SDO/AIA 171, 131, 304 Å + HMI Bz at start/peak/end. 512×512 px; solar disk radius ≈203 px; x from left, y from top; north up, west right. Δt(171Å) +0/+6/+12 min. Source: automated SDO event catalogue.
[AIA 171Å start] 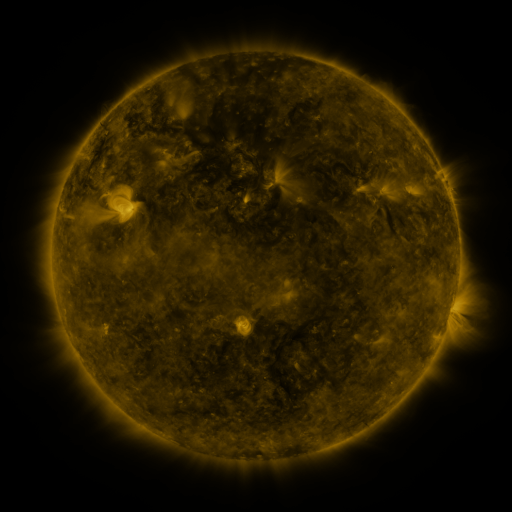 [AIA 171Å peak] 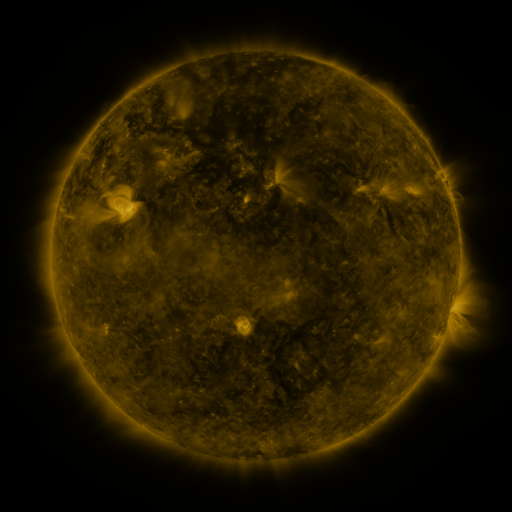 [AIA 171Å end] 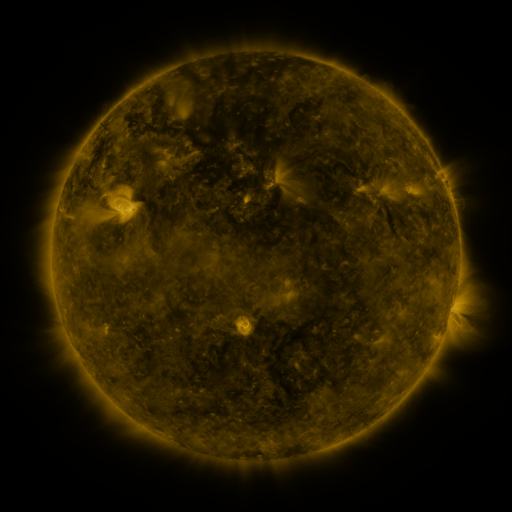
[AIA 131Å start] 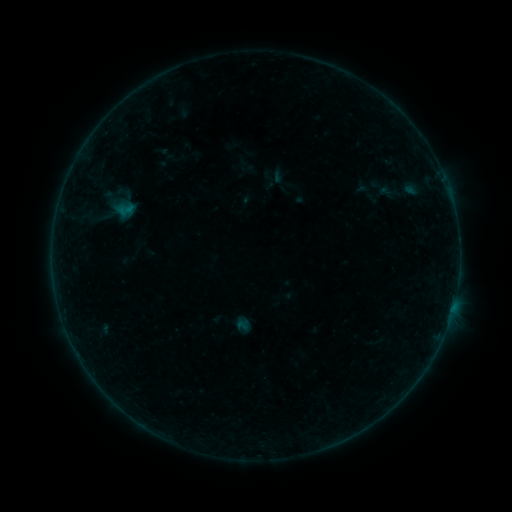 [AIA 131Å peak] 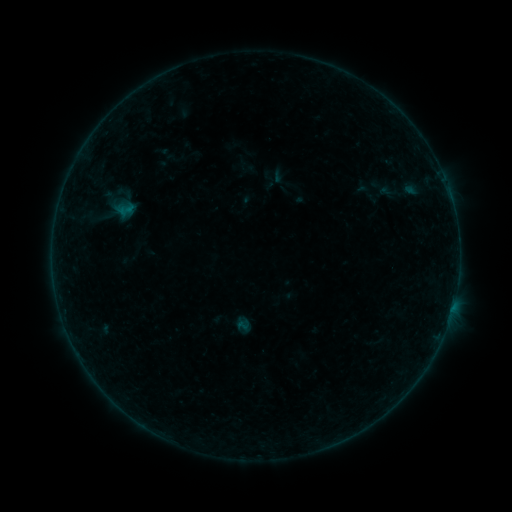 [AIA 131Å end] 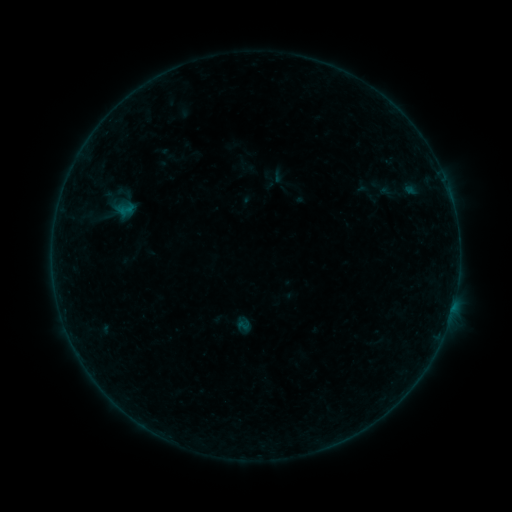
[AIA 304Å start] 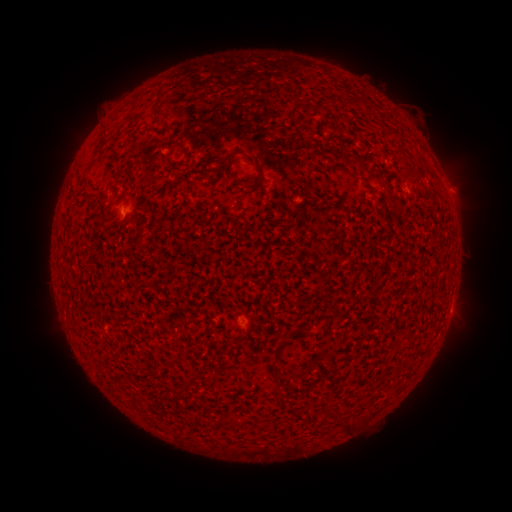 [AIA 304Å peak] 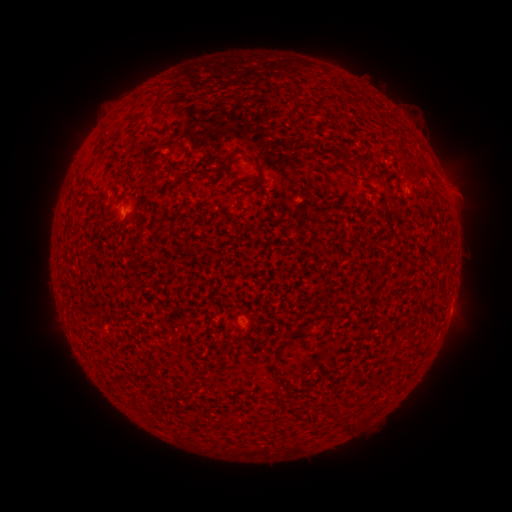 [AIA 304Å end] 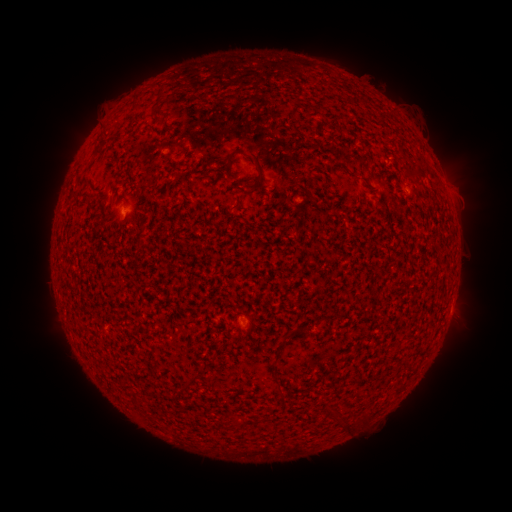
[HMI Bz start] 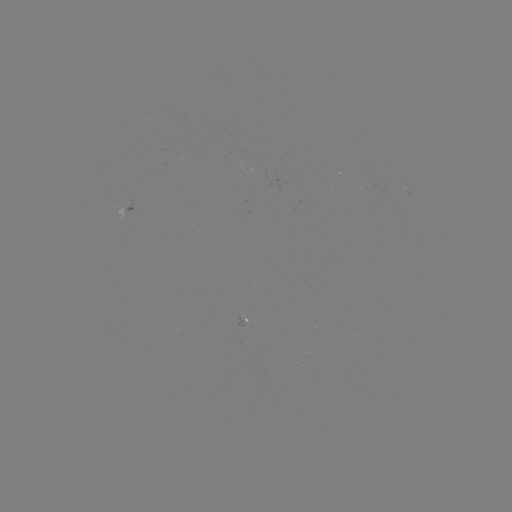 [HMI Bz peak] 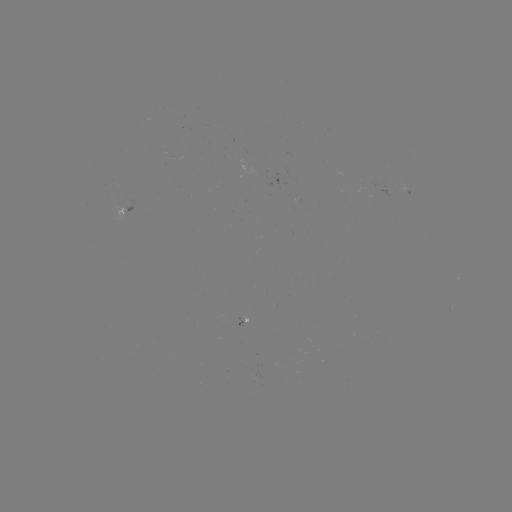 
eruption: <bbox>443, 169, 494, 217</bbox>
